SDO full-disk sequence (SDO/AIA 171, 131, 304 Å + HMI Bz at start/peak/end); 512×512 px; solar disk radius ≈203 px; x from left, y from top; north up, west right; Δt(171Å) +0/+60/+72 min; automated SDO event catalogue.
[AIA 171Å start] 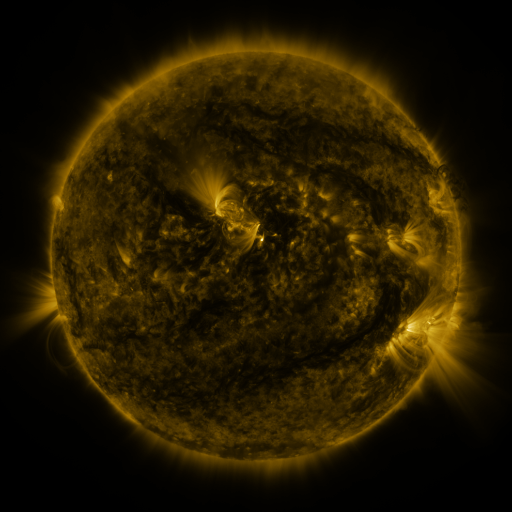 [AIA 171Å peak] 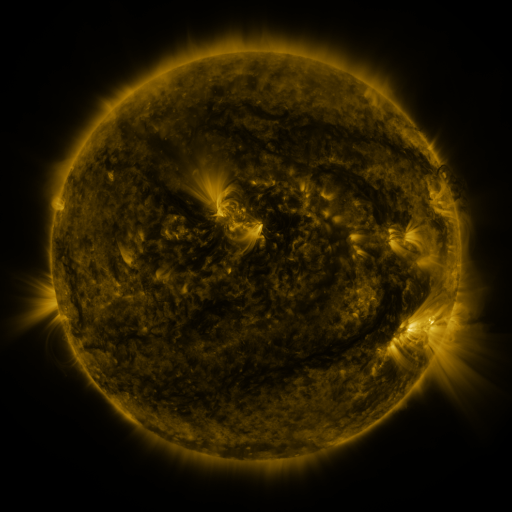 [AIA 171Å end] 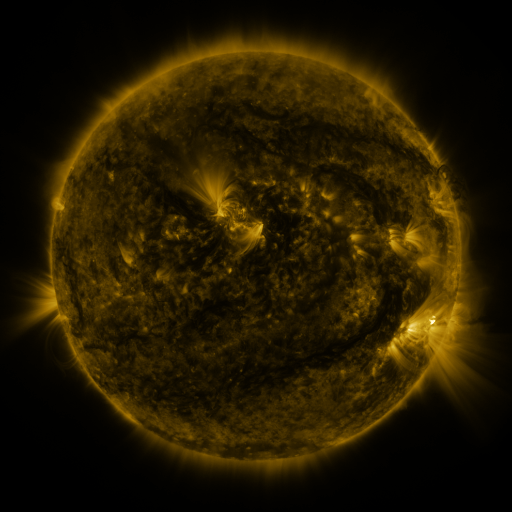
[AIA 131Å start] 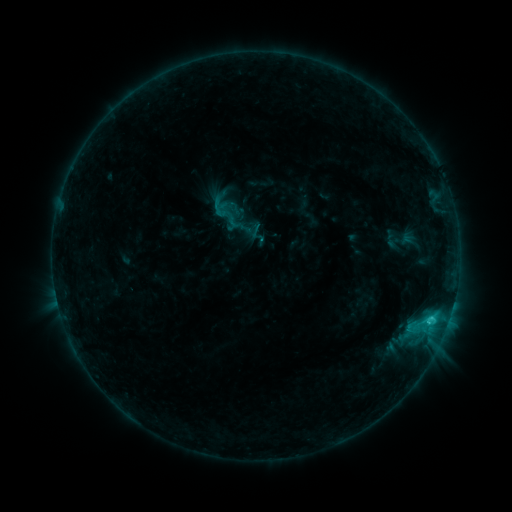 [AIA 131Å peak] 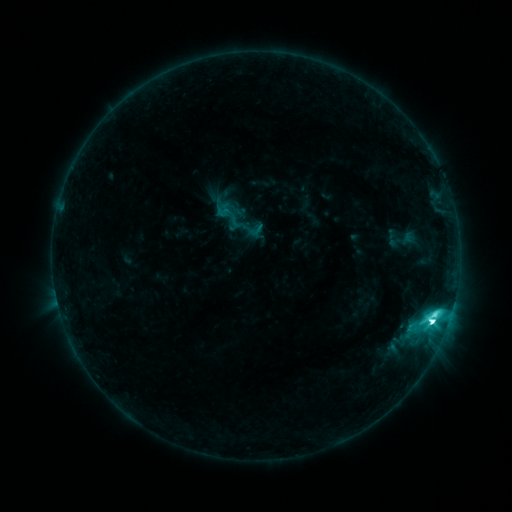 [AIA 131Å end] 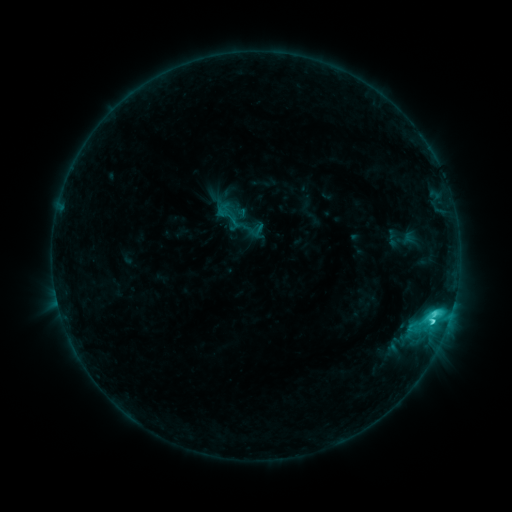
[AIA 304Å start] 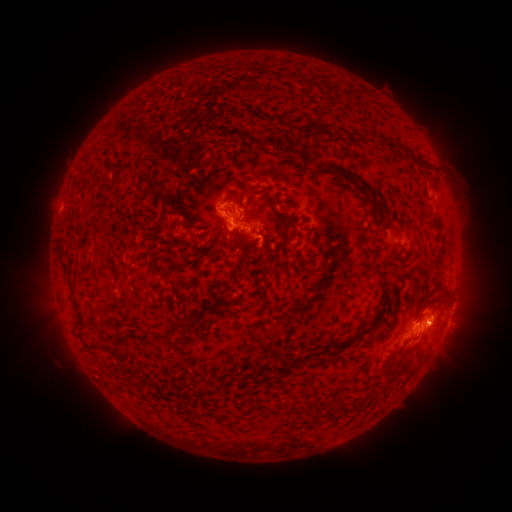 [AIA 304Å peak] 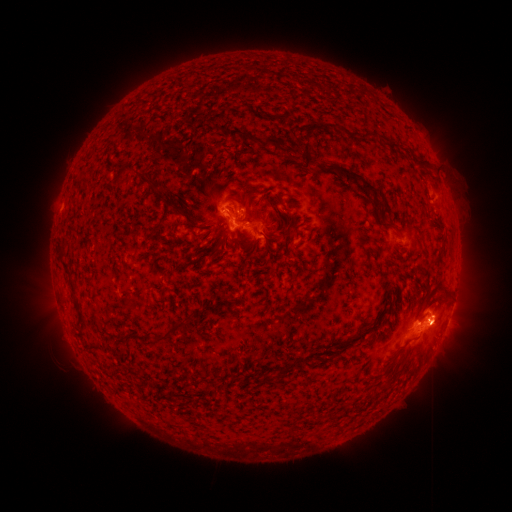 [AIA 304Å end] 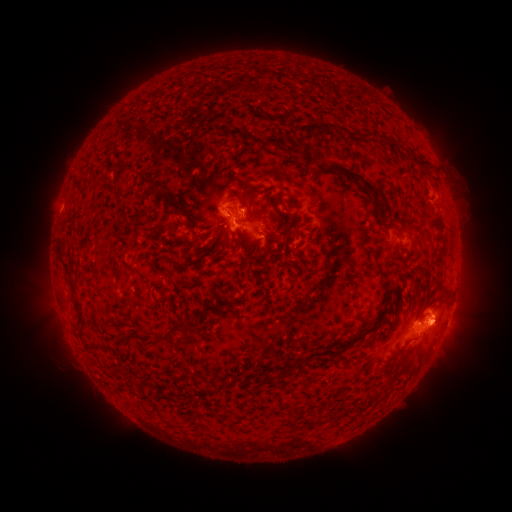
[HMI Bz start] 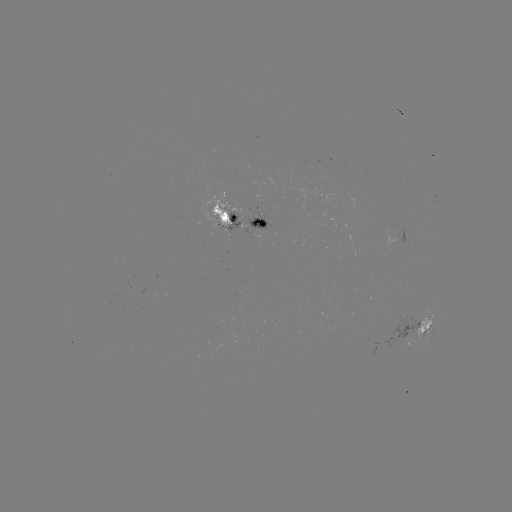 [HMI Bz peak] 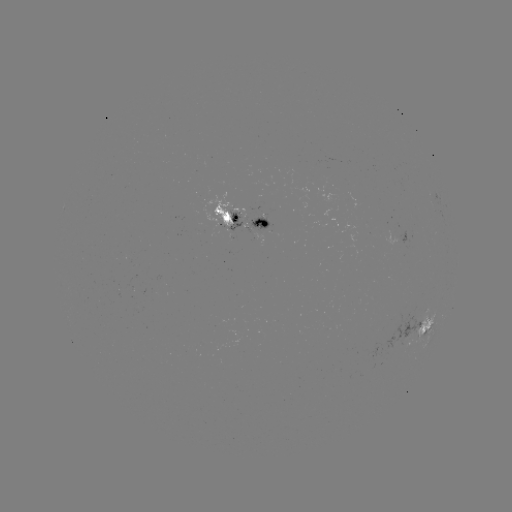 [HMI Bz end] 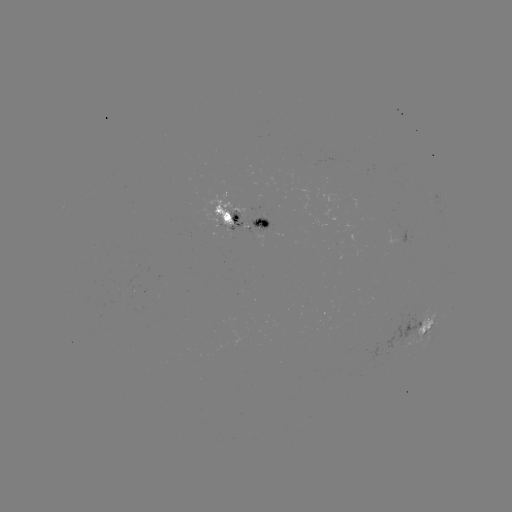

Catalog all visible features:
emerging-flux region: (255, 226)
